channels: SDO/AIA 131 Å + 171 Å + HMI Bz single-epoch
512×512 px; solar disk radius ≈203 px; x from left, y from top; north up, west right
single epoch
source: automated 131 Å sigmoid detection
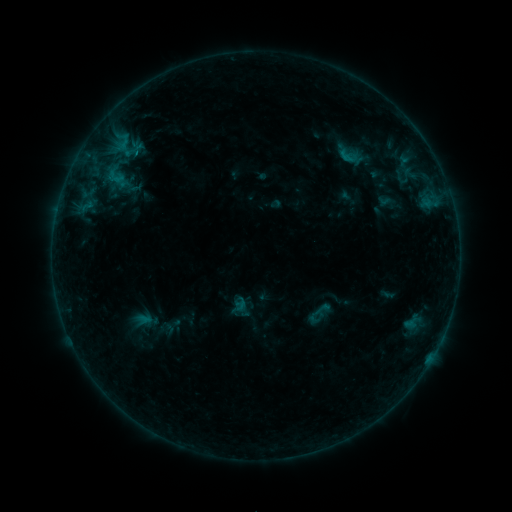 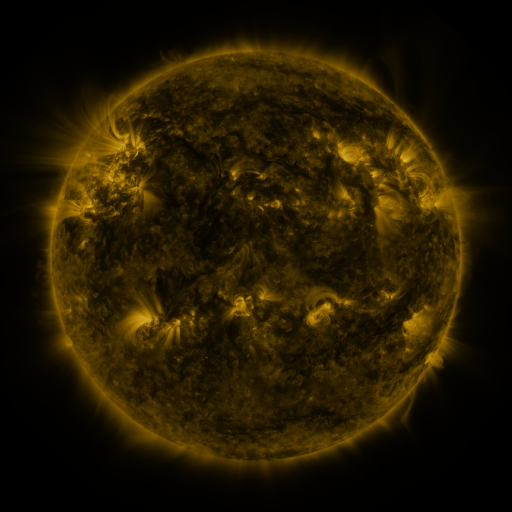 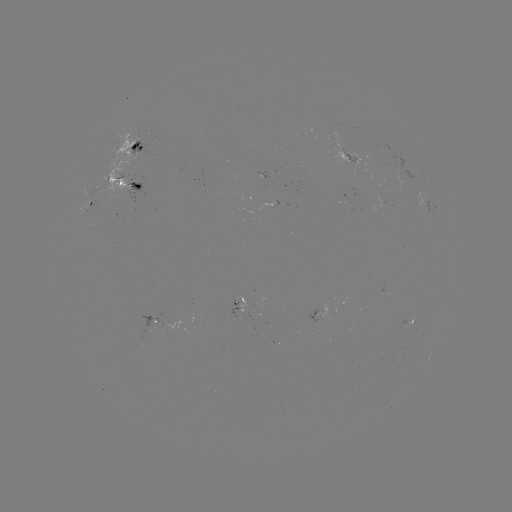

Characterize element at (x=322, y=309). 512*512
sigmoid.